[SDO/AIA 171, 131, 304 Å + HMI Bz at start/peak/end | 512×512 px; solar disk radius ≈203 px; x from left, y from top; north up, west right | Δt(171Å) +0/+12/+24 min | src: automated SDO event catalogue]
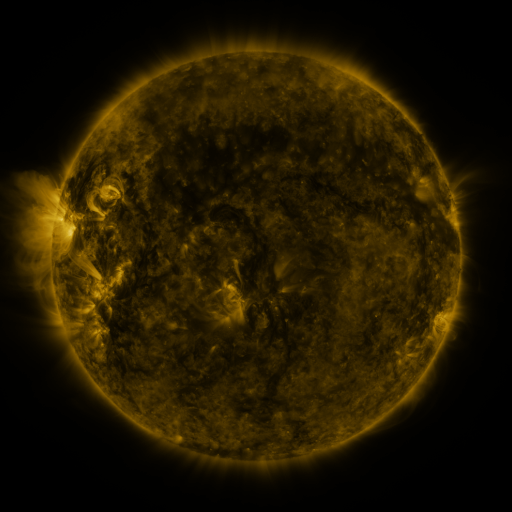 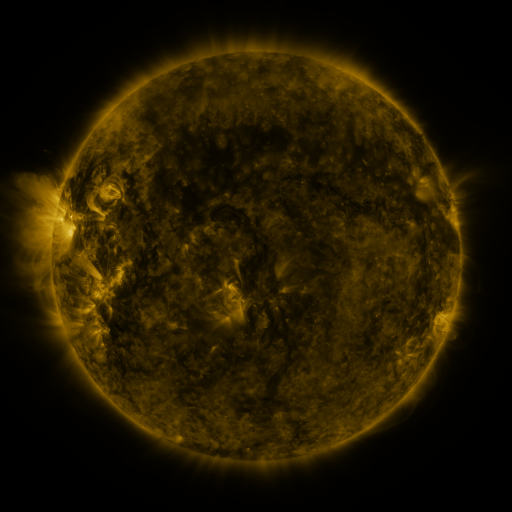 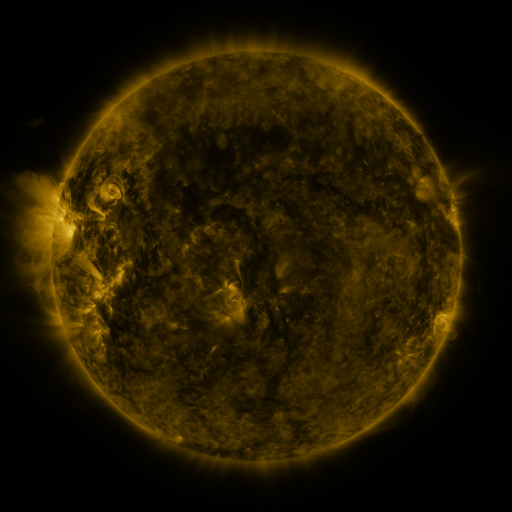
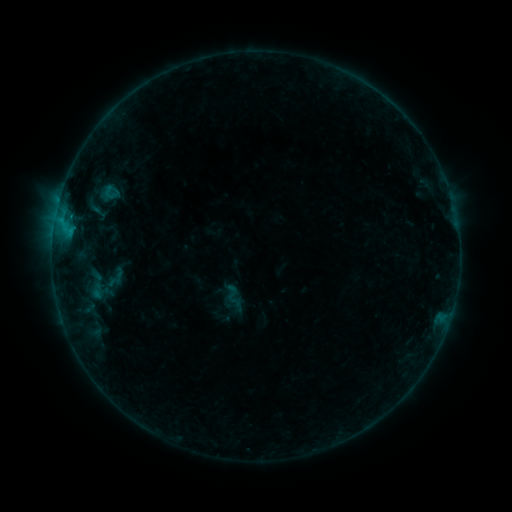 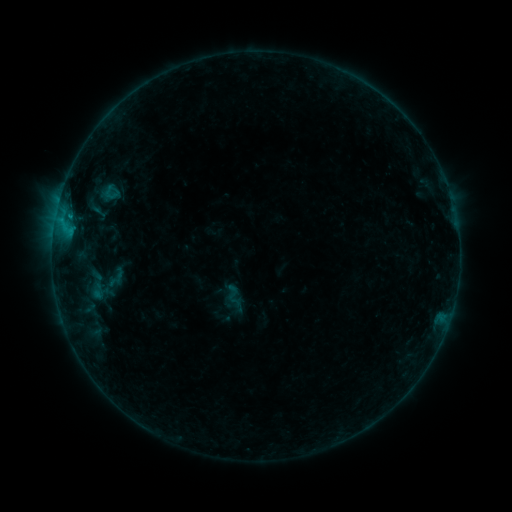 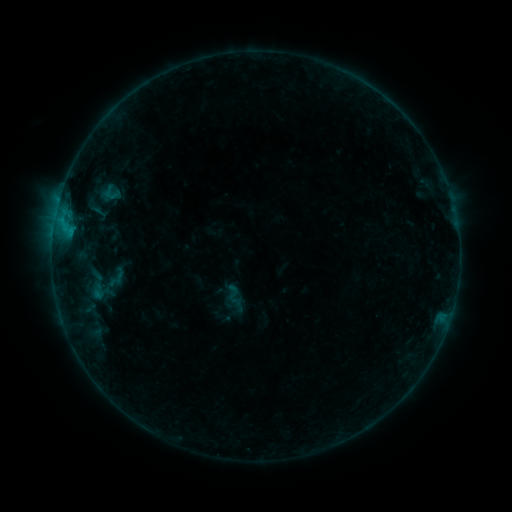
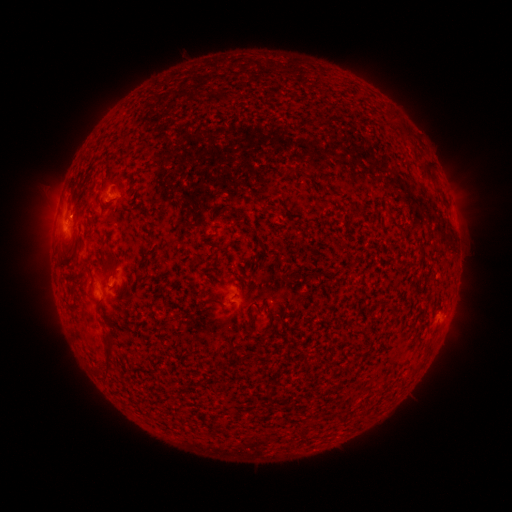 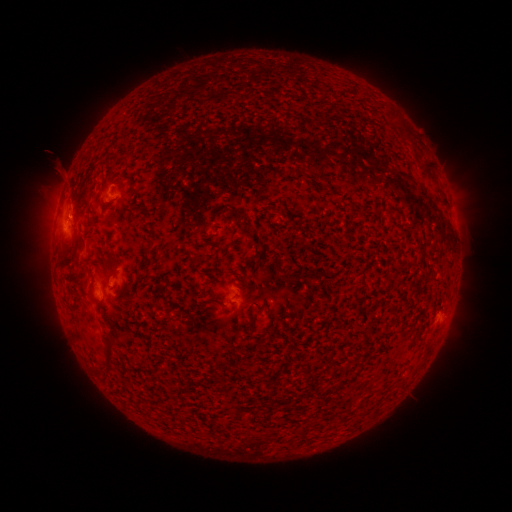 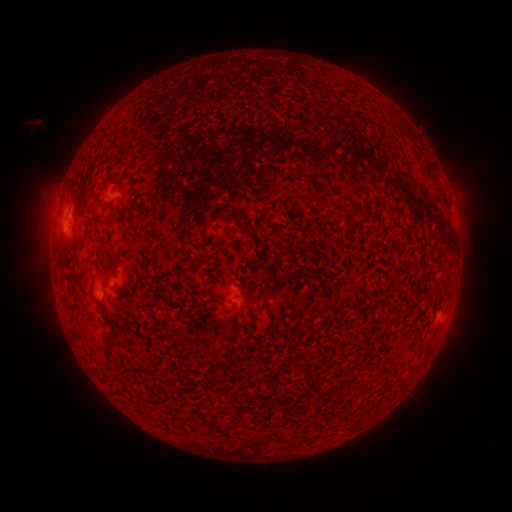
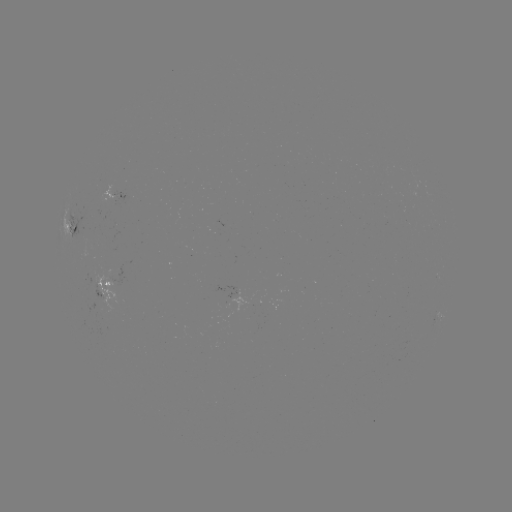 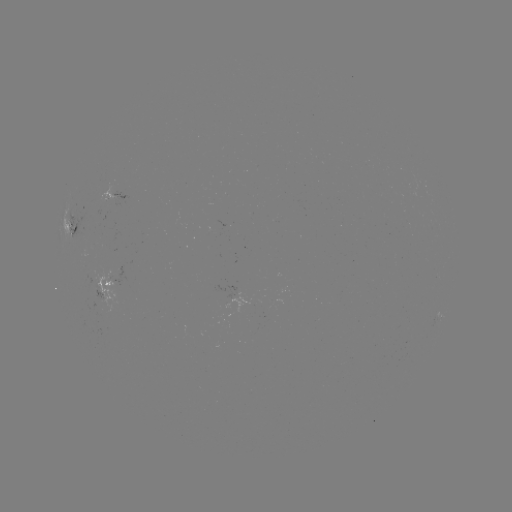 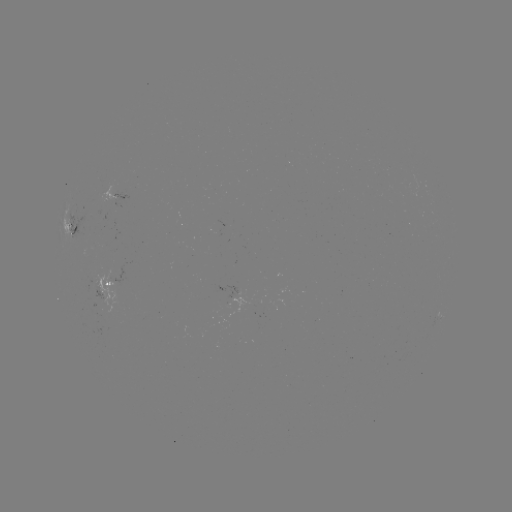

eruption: [36, 144, 101, 230]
